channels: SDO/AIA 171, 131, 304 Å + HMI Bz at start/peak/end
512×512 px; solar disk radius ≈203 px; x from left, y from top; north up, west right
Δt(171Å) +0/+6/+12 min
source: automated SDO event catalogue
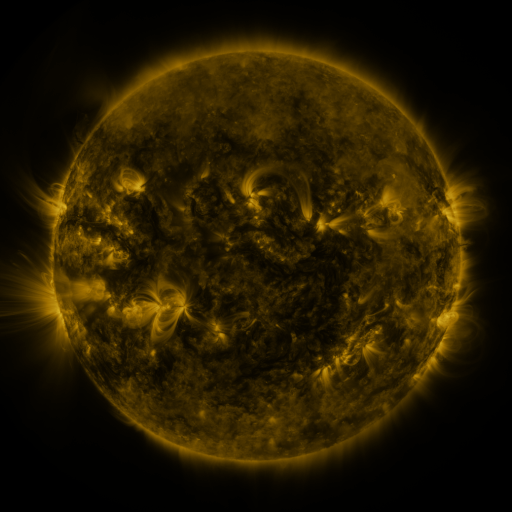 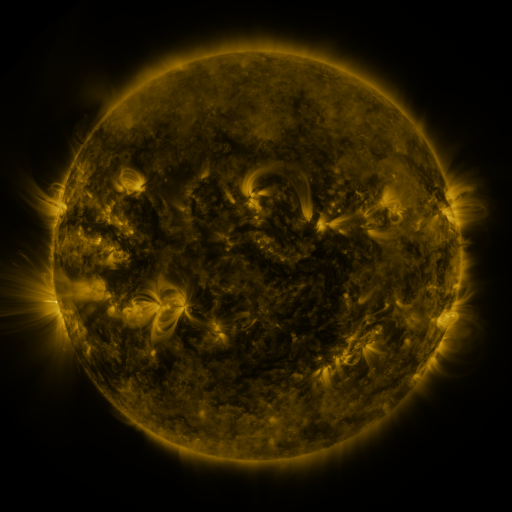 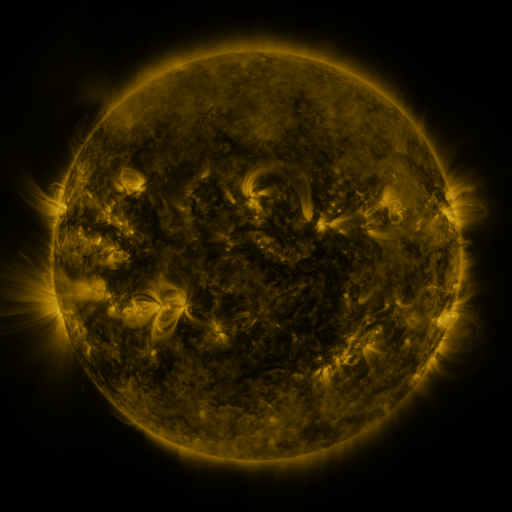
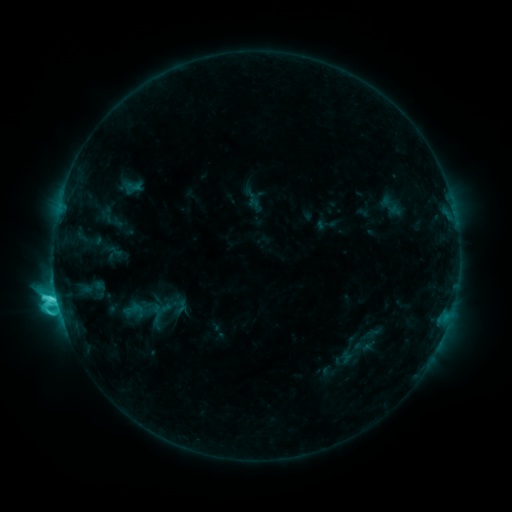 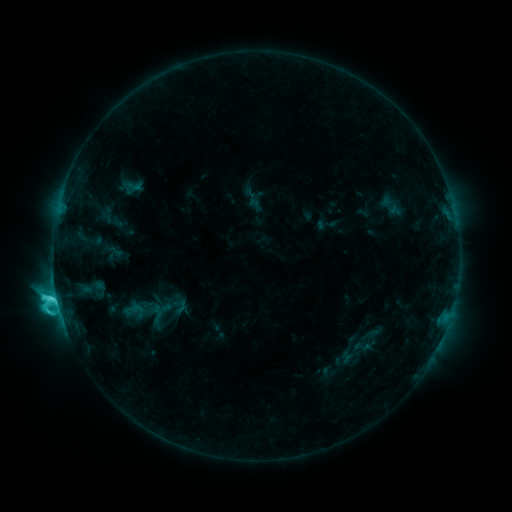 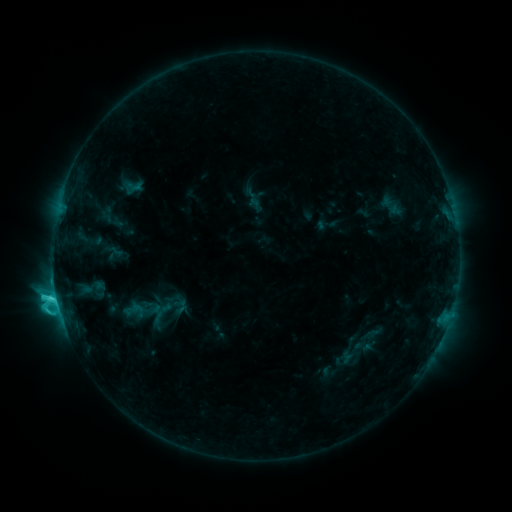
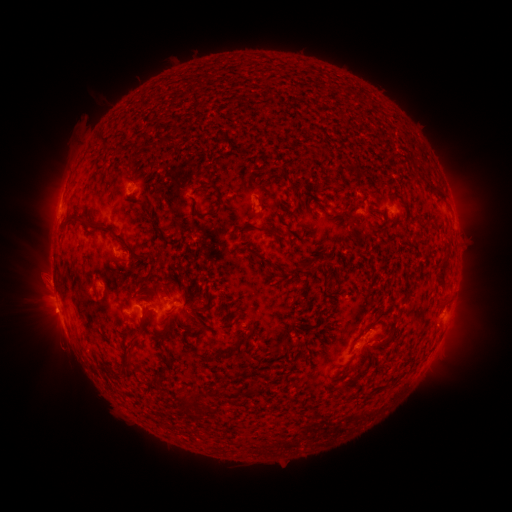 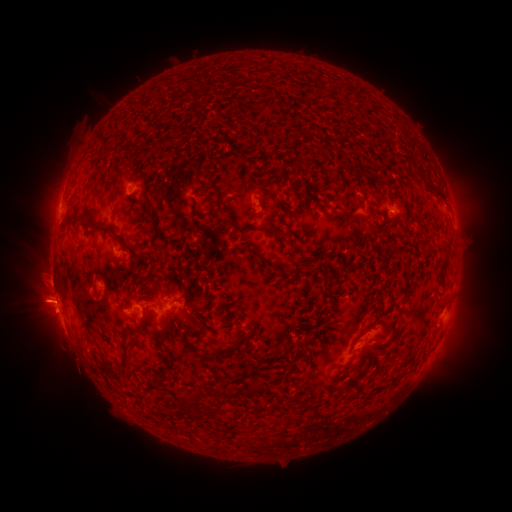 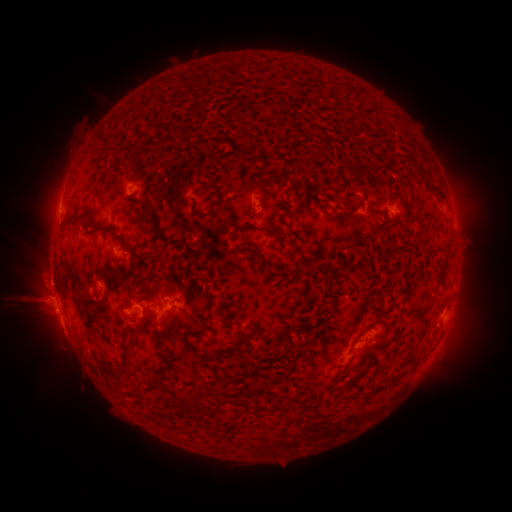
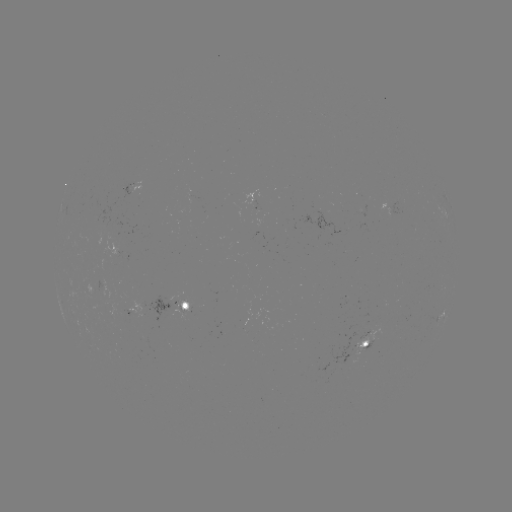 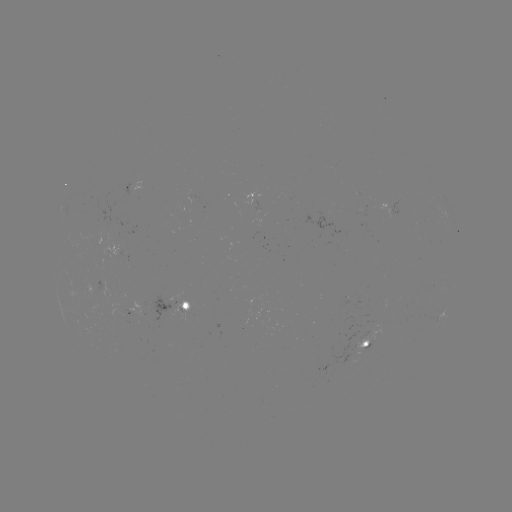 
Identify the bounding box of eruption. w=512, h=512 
[4, 275, 70, 333].